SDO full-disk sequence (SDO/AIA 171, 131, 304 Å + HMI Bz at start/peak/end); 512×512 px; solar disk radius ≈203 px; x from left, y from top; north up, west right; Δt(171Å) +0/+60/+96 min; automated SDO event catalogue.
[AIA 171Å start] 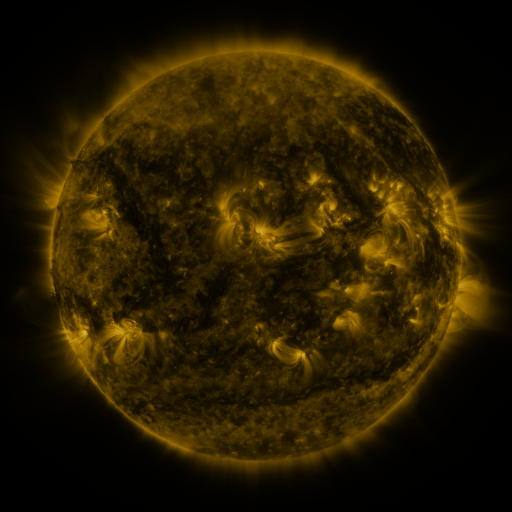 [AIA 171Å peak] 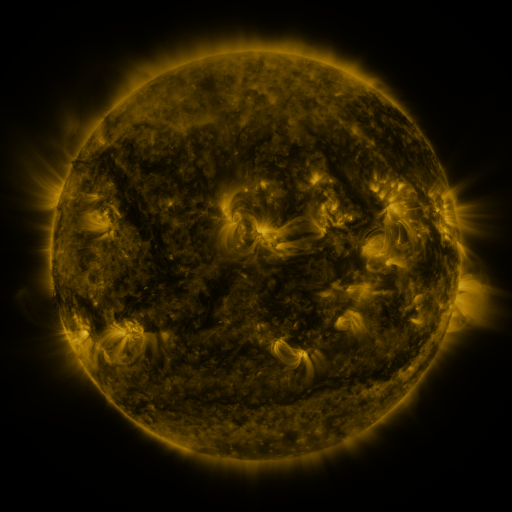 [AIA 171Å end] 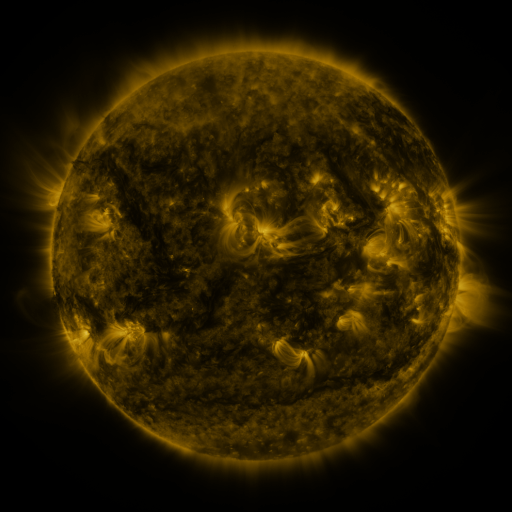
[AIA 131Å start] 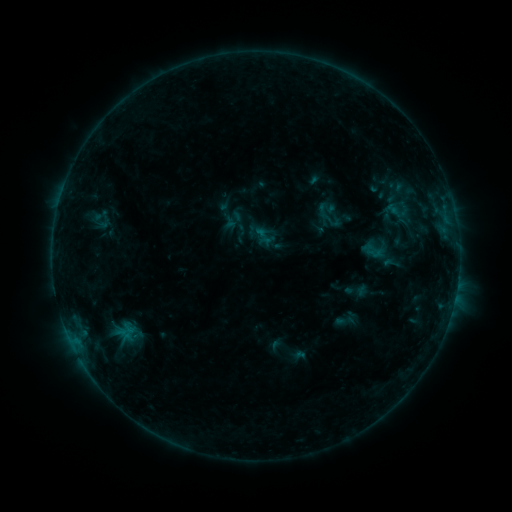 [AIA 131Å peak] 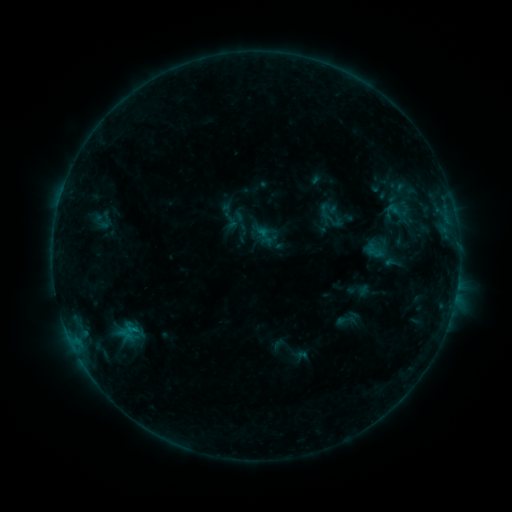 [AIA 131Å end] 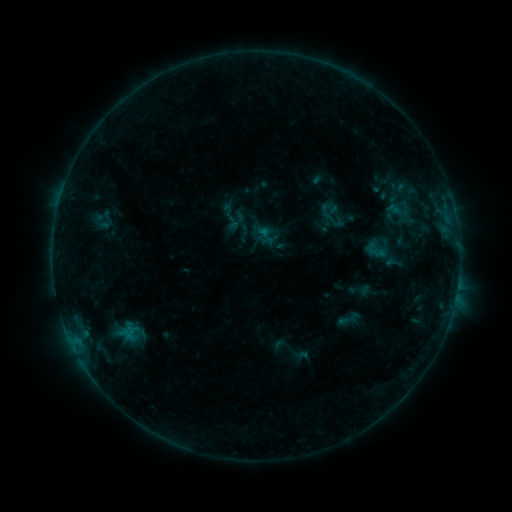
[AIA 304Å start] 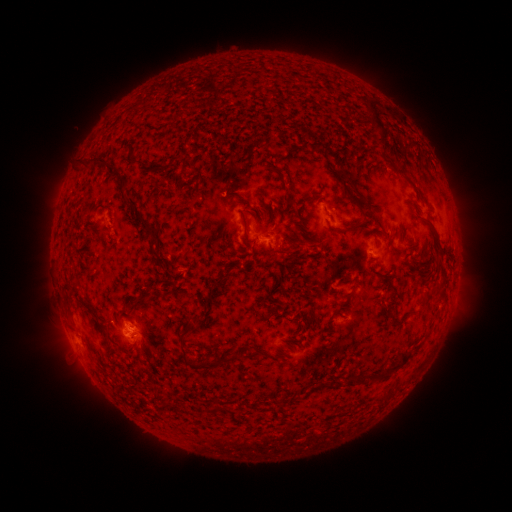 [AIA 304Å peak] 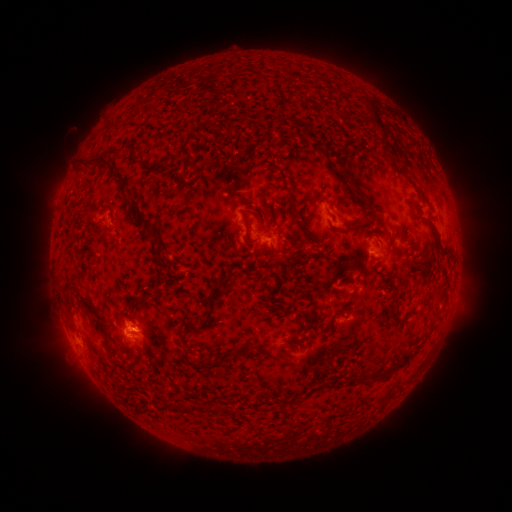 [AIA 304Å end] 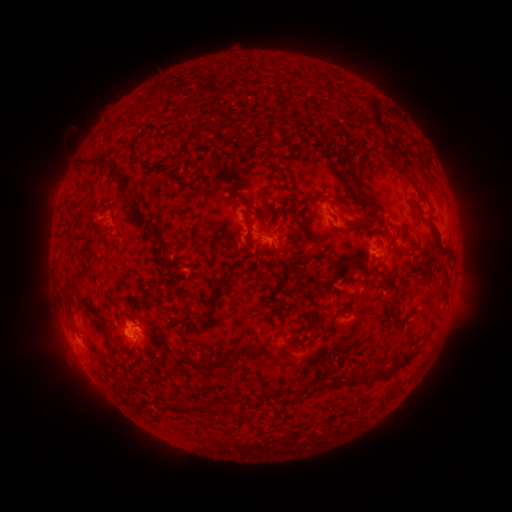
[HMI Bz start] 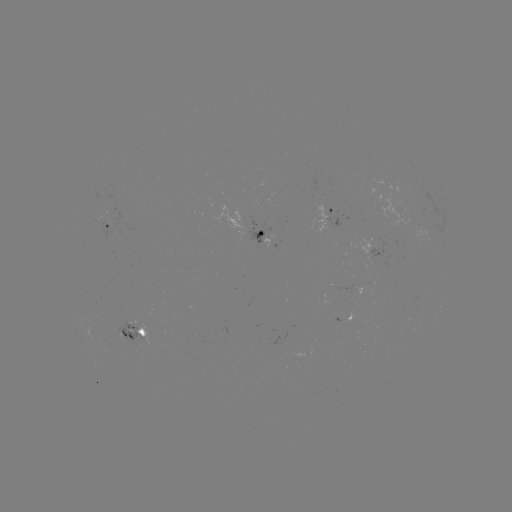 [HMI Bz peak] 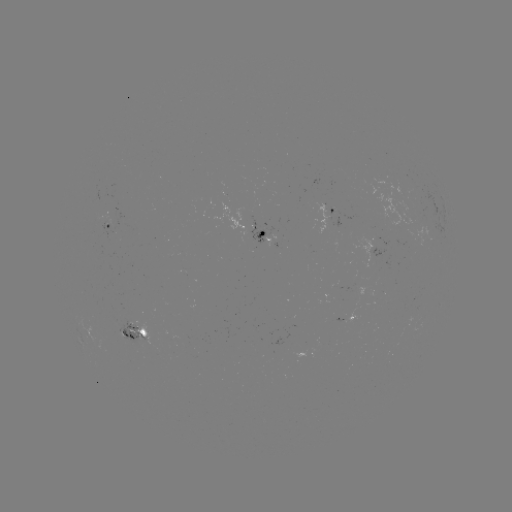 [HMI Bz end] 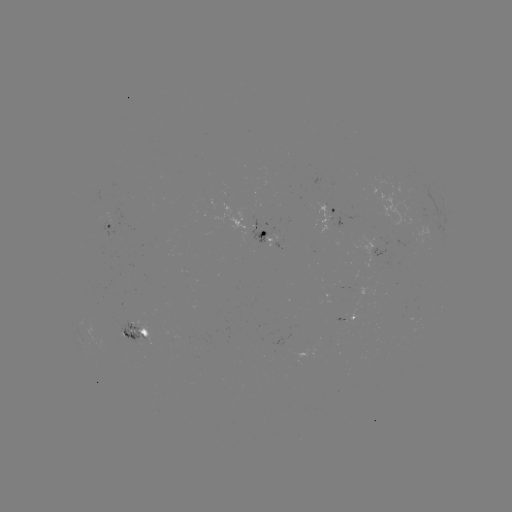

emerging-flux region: <bbox>112, 318, 148, 345</bbox>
